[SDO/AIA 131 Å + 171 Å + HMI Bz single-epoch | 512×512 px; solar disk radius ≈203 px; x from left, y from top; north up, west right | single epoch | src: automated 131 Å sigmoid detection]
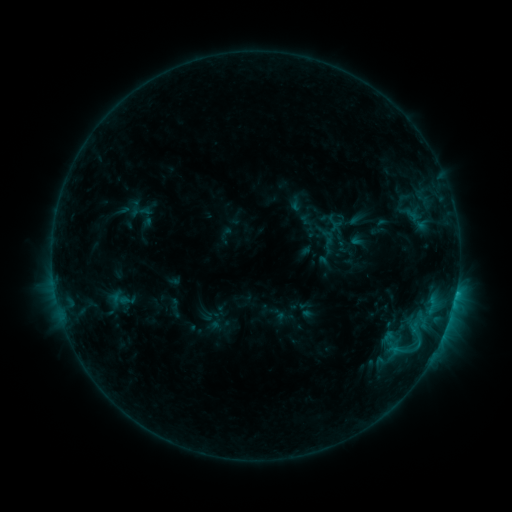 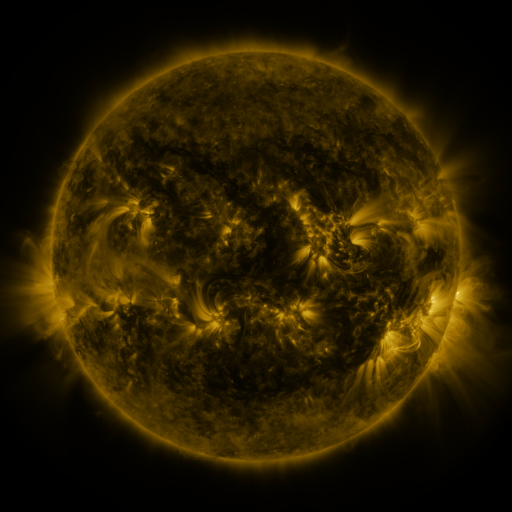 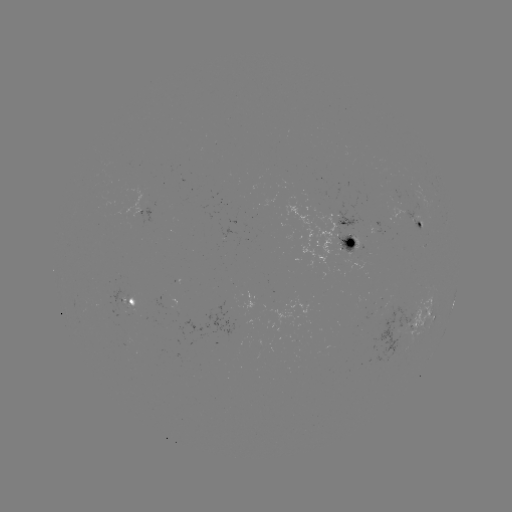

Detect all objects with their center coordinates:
sigmoid: (139, 211)
sigmoid: (333, 248)
